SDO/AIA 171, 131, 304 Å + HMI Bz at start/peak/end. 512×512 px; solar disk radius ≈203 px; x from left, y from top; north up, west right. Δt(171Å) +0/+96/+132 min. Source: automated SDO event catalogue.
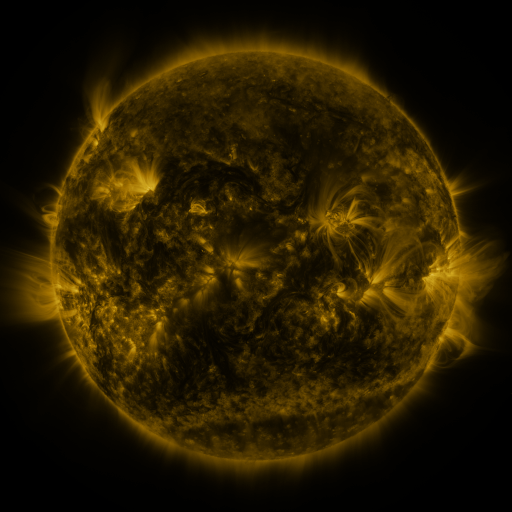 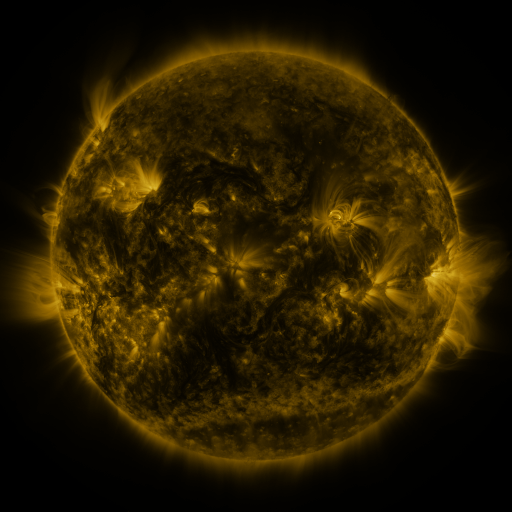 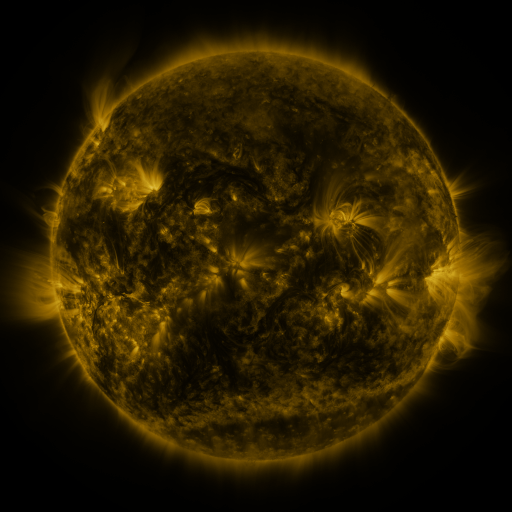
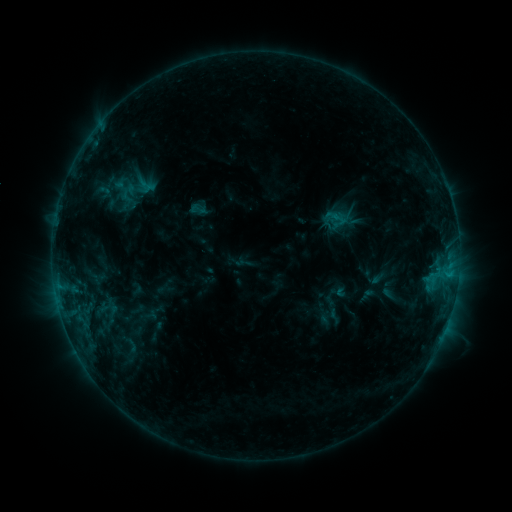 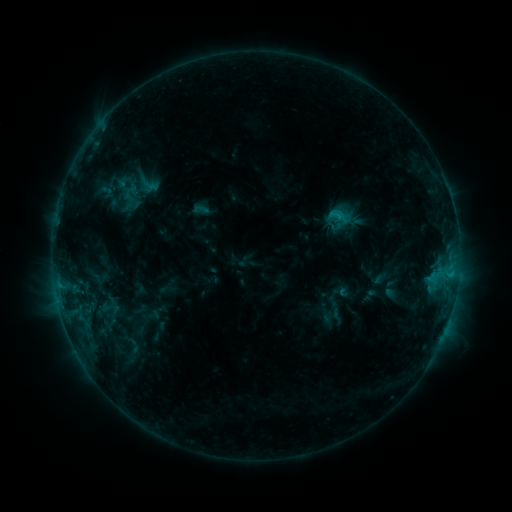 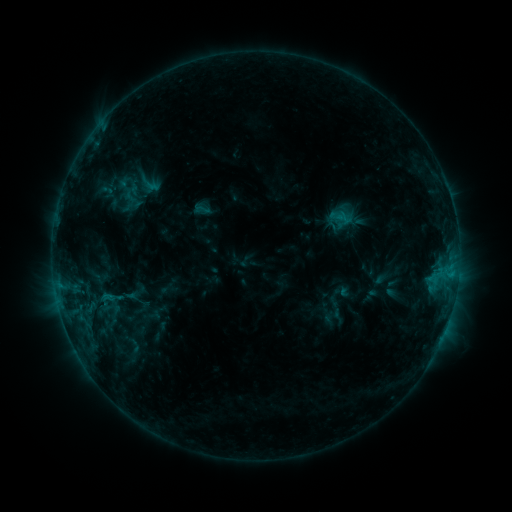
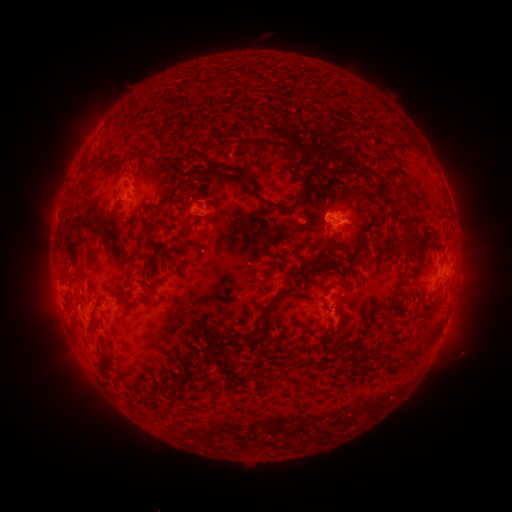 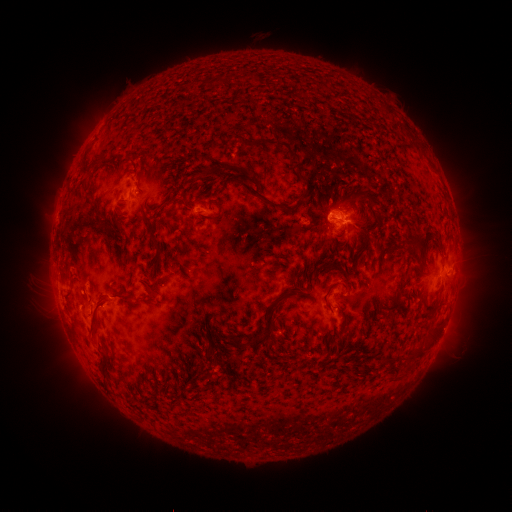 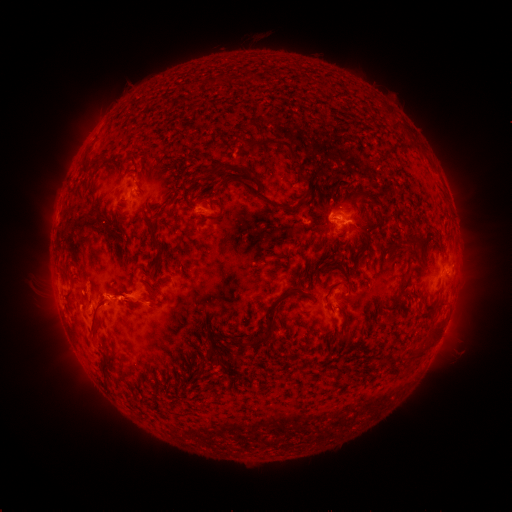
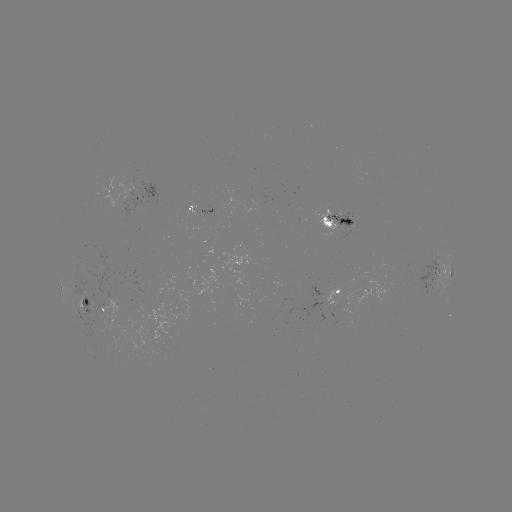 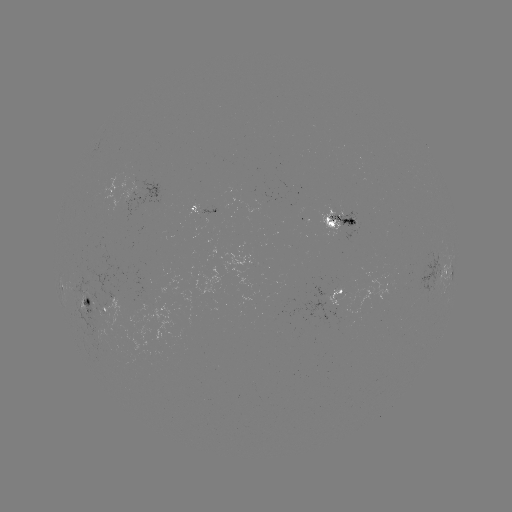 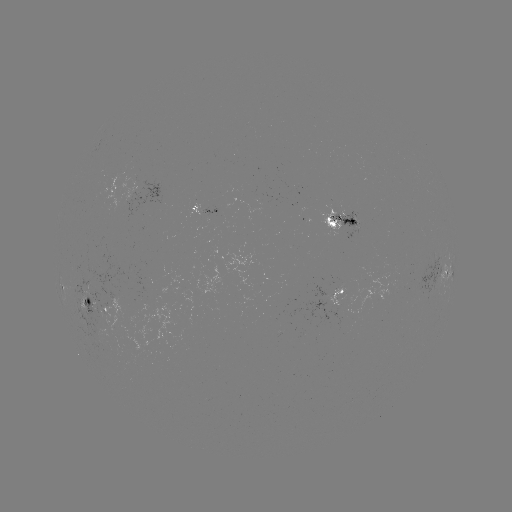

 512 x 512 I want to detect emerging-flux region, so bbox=[192, 209, 217, 238].